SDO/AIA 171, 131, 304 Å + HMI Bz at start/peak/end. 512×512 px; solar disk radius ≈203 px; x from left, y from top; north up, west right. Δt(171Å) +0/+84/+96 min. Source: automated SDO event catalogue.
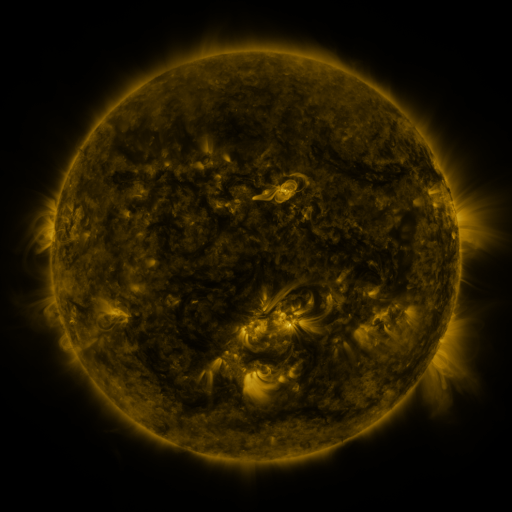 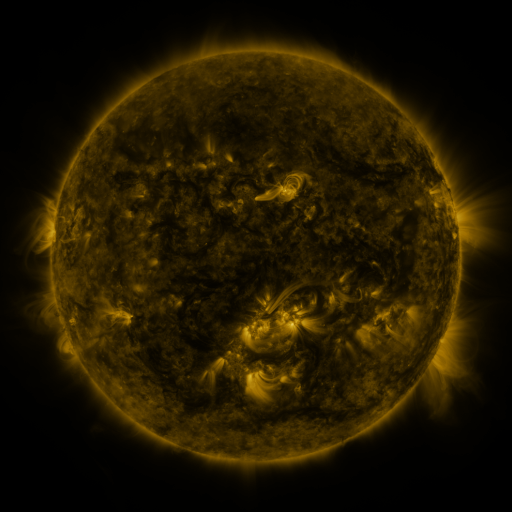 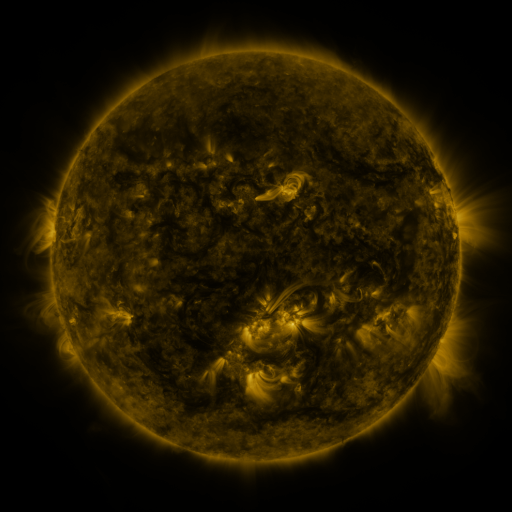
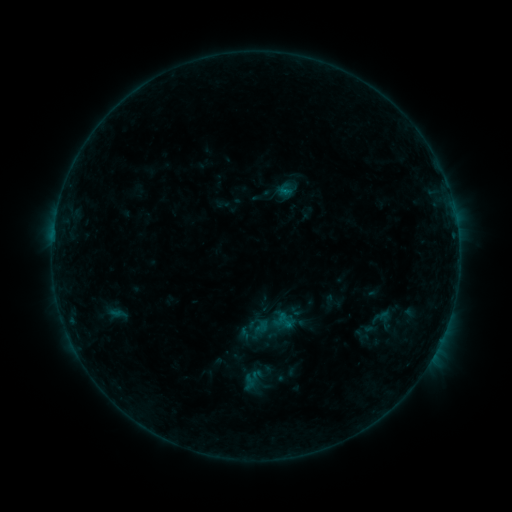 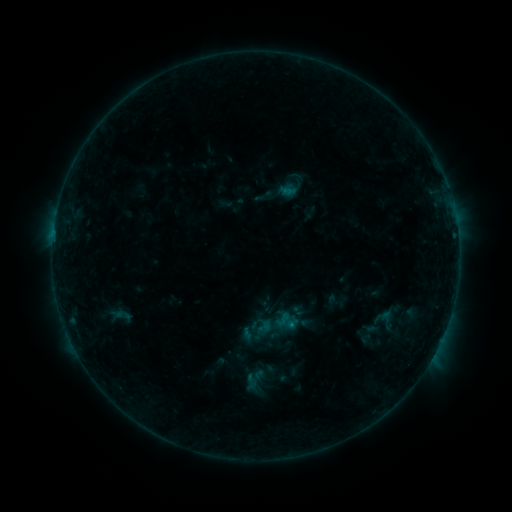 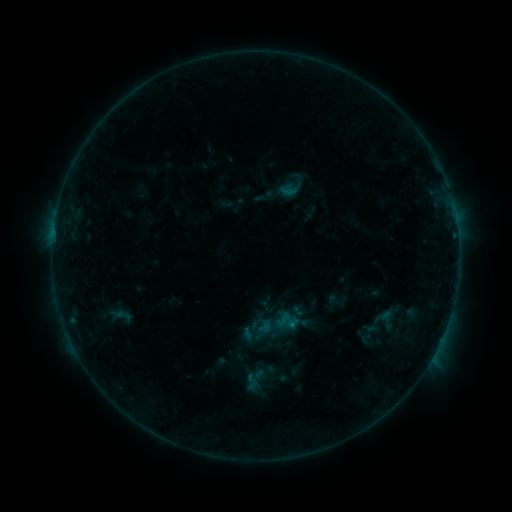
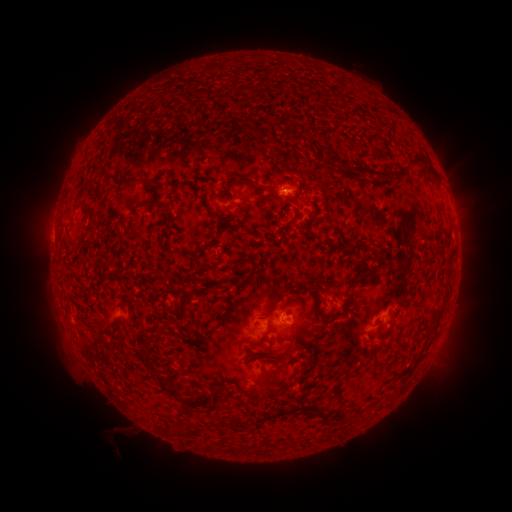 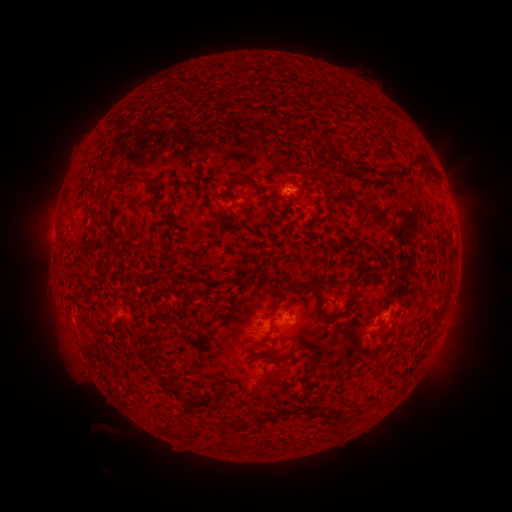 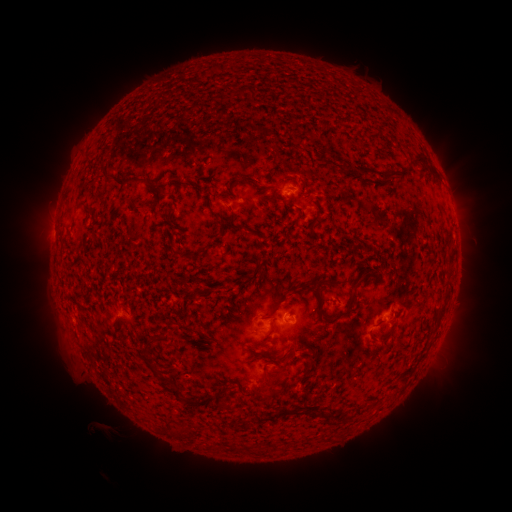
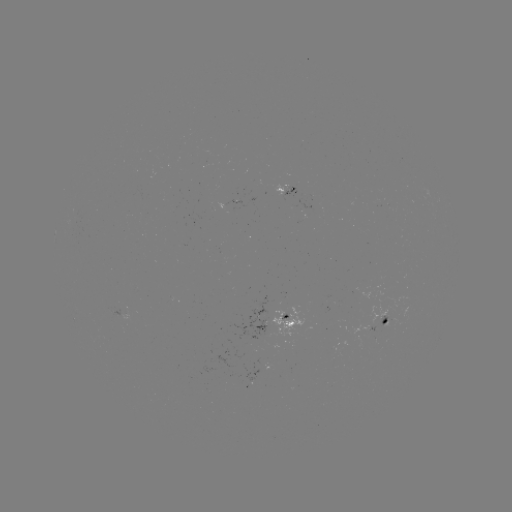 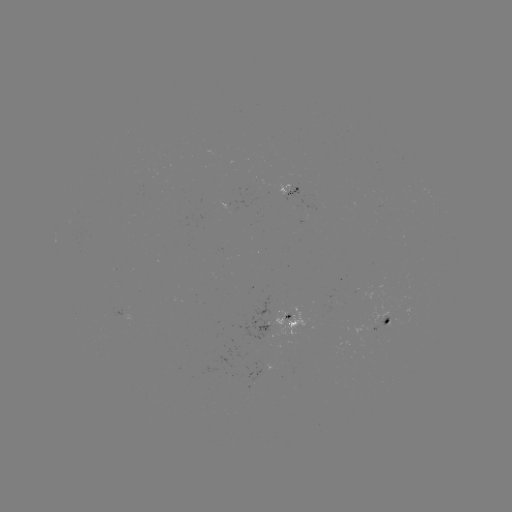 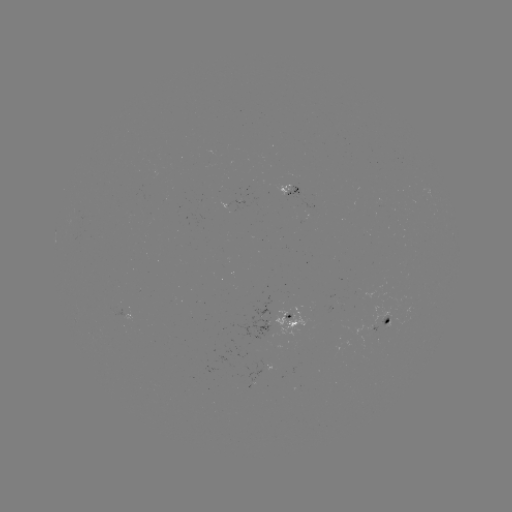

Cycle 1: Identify emerging-flux region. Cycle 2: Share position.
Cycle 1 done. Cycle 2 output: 284,193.